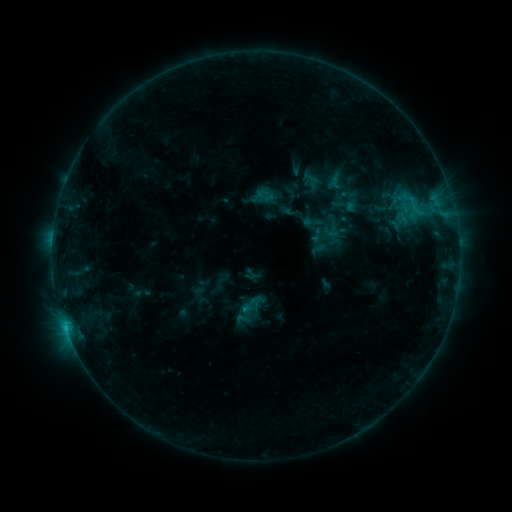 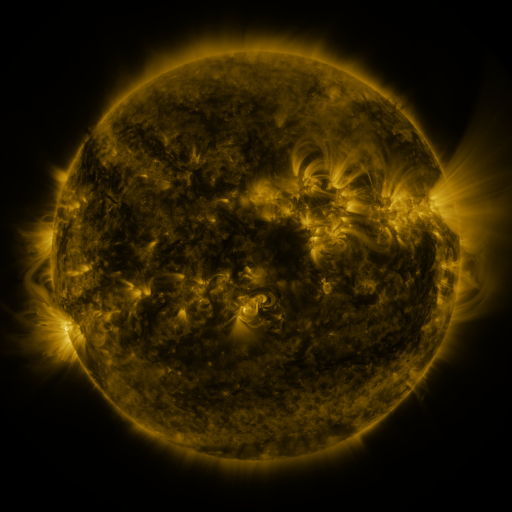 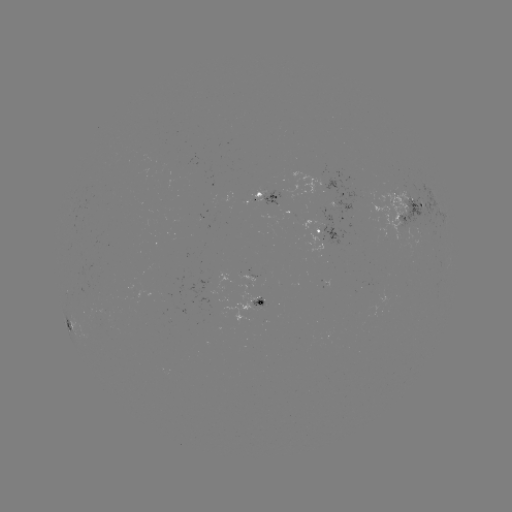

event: sigmoid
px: (325, 182)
